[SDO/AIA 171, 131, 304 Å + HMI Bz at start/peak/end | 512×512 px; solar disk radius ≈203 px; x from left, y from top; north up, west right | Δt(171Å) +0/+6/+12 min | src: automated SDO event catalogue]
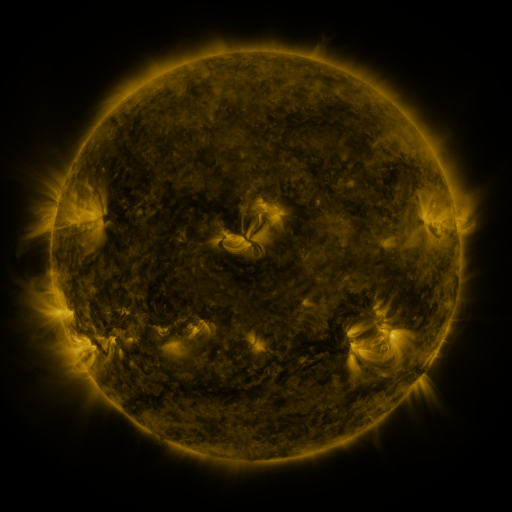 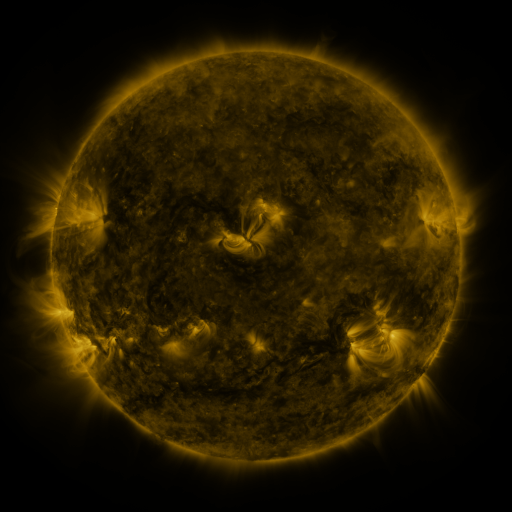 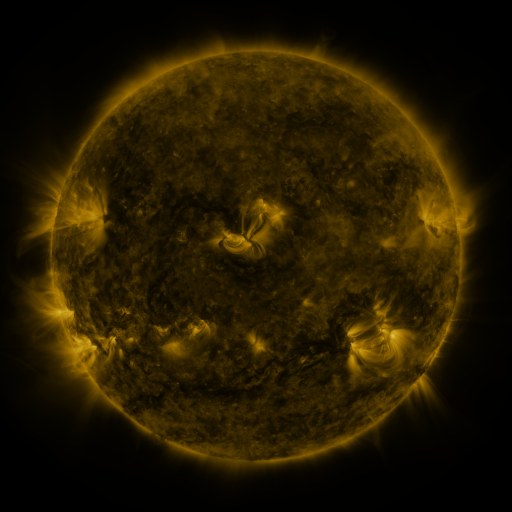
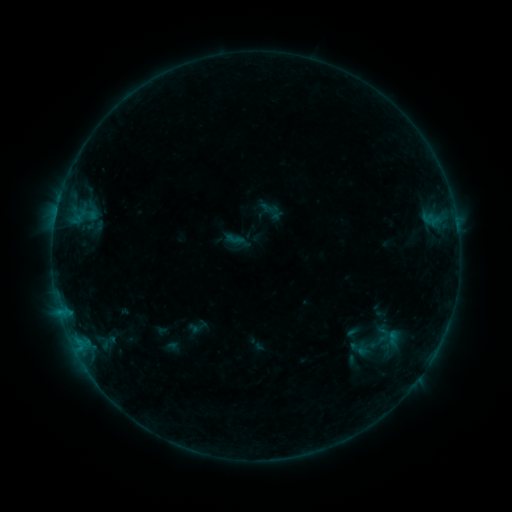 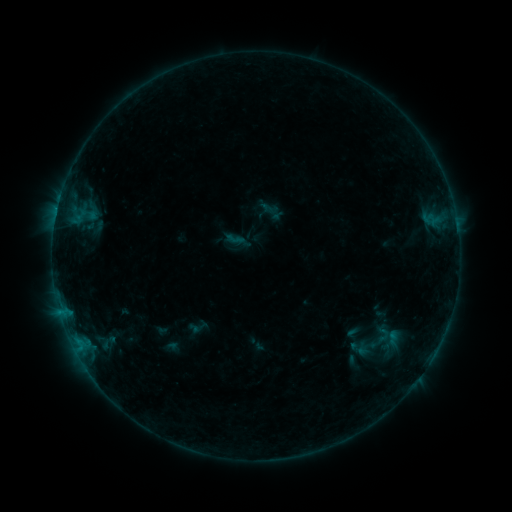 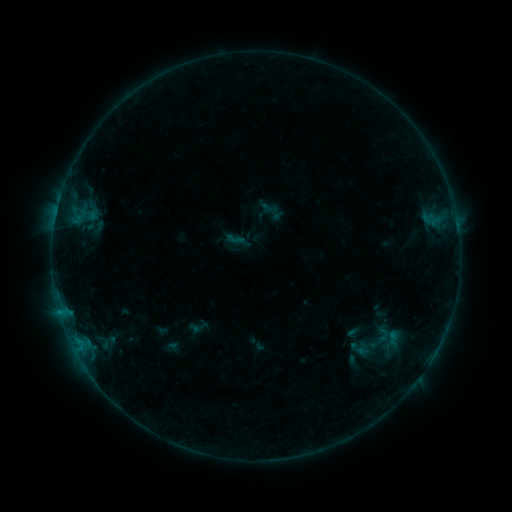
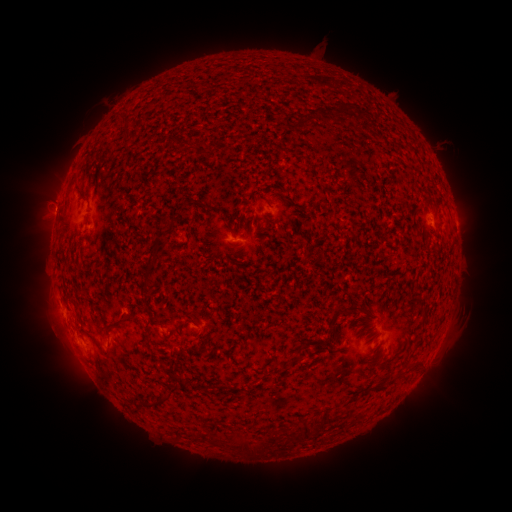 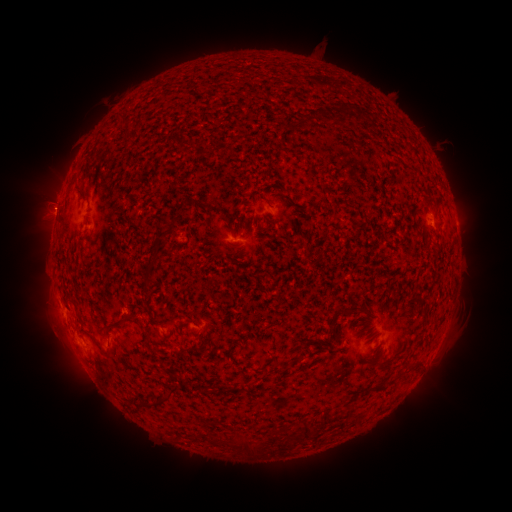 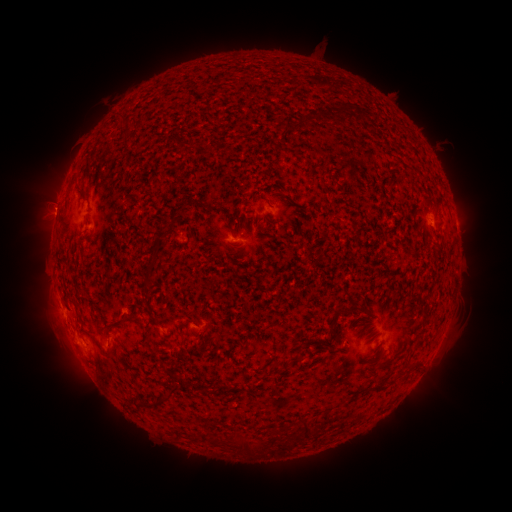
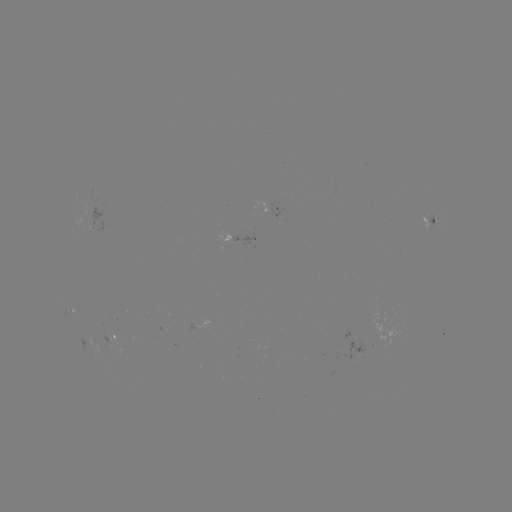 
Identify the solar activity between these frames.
no classed flare was catalogued and no EUV brightening was flagged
